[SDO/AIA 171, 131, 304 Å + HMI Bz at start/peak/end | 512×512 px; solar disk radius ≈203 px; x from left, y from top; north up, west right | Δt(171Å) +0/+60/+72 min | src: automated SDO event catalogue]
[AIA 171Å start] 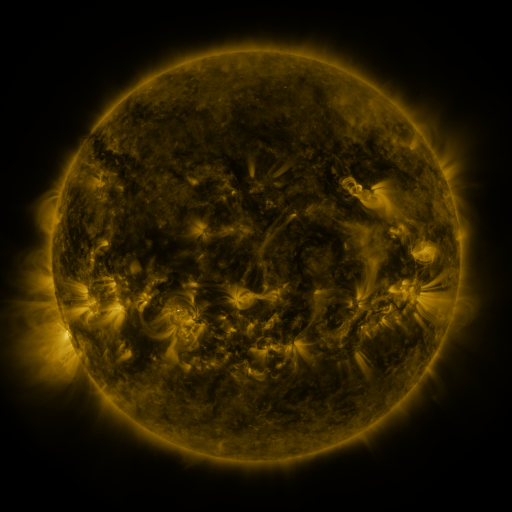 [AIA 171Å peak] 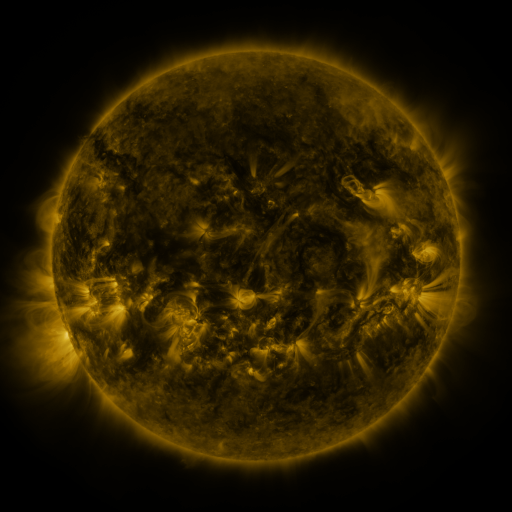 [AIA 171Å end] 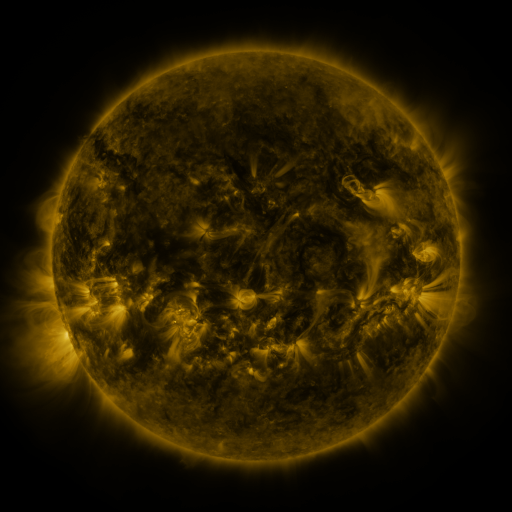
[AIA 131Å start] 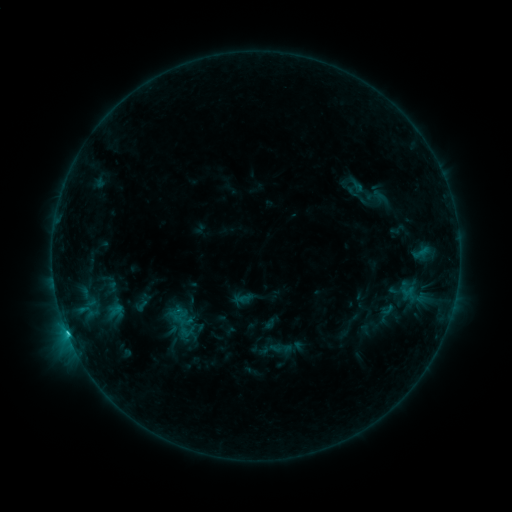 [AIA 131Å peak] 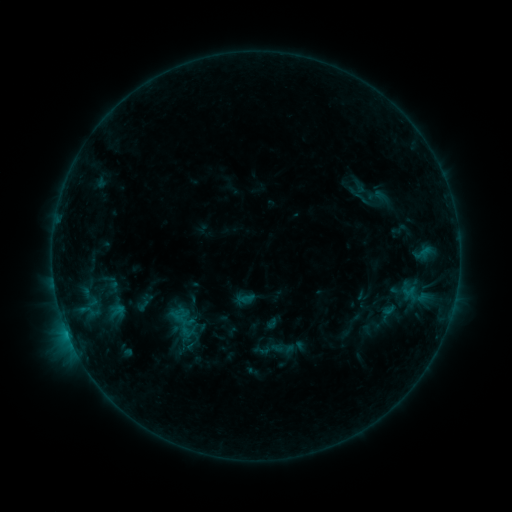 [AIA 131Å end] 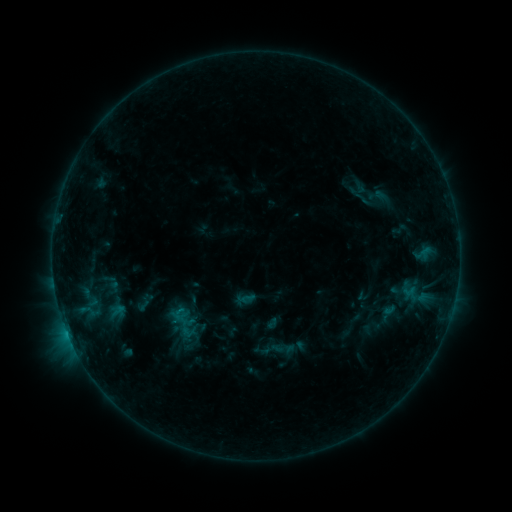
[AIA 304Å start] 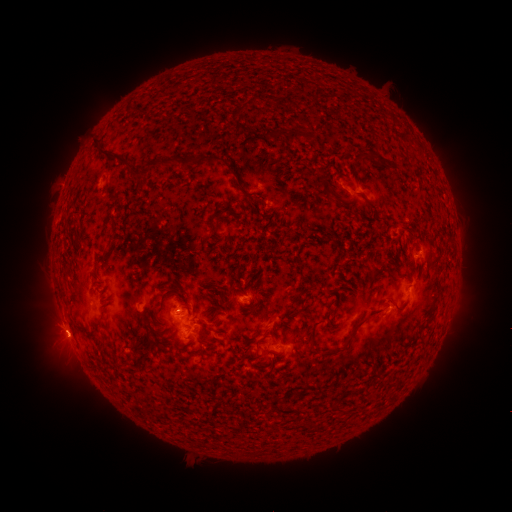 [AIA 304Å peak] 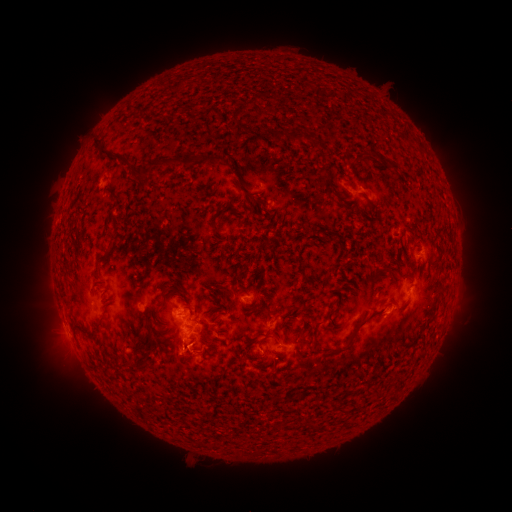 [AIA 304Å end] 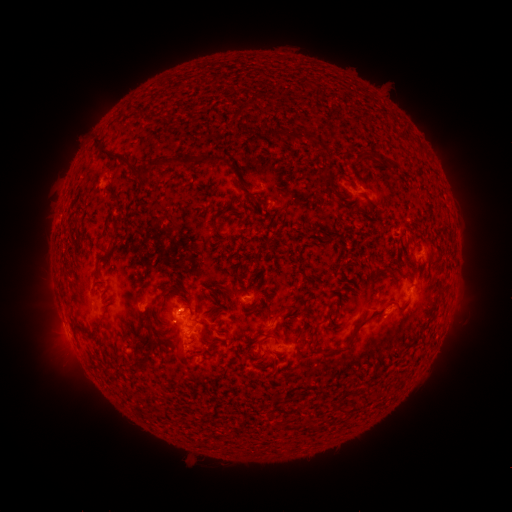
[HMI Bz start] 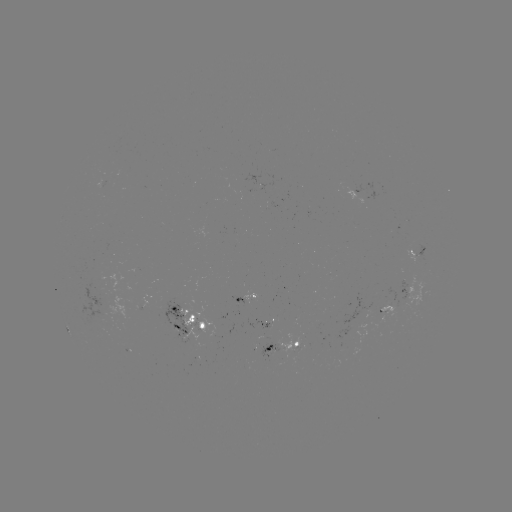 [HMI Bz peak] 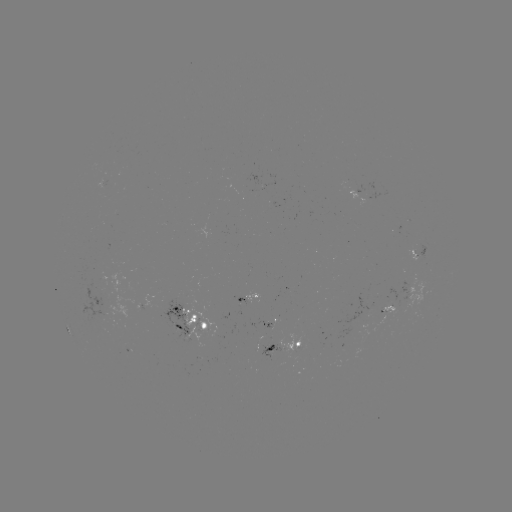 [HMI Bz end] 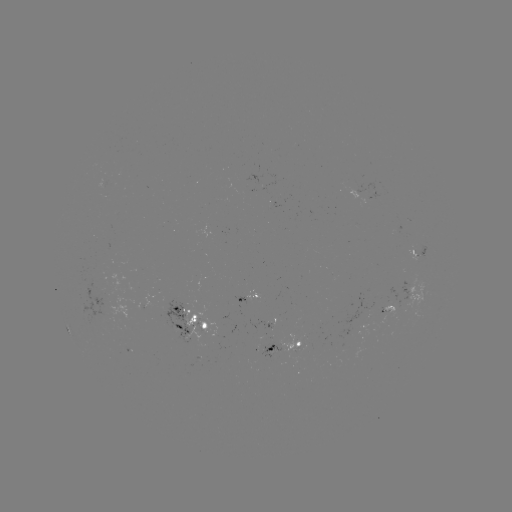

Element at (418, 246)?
emerging-flux region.